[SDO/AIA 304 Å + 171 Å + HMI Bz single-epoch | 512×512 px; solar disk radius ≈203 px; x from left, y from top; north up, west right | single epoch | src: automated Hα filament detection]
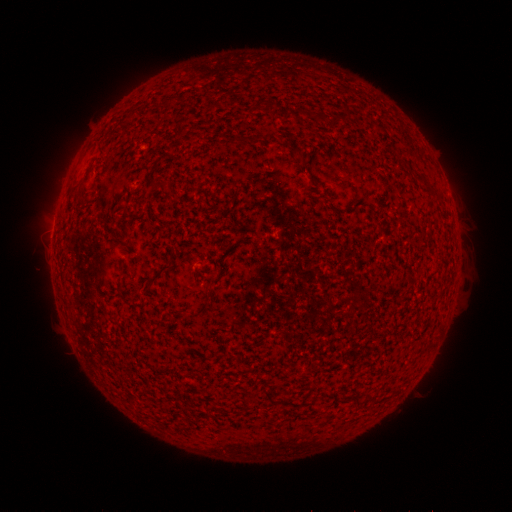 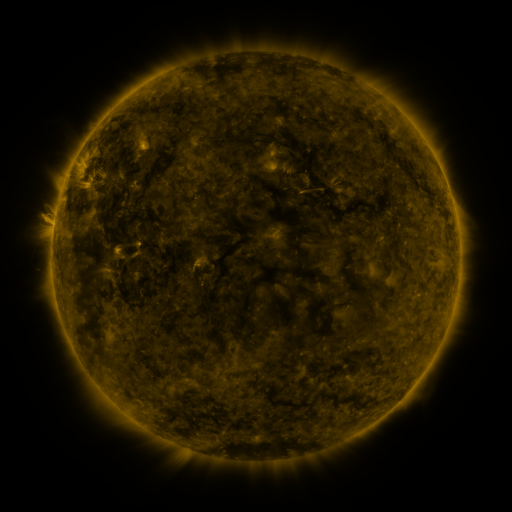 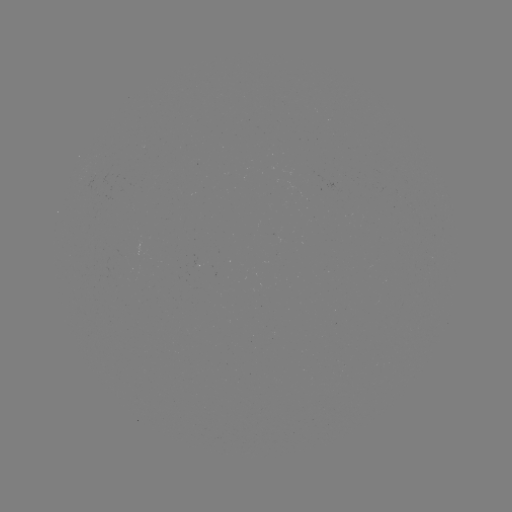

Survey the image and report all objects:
filament: (158, 97, 172, 109)
filament: (263, 98, 272, 113)
filament: (247, 105, 255, 115)
filament: (286, 106, 303, 118)
filament: (371, 122, 384, 130)
filament: (175, 125, 184, 135)
filament: (84, 167, 91, 178)
filament: (412, 173, 438, 196)
filament: (149, 179, 168, 189)
filament: (142, 263, 171, 292)
